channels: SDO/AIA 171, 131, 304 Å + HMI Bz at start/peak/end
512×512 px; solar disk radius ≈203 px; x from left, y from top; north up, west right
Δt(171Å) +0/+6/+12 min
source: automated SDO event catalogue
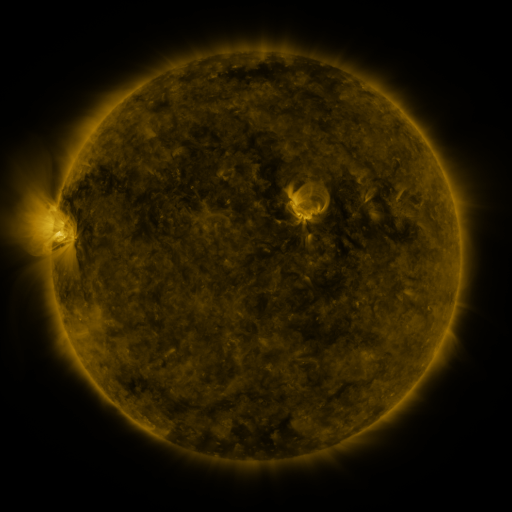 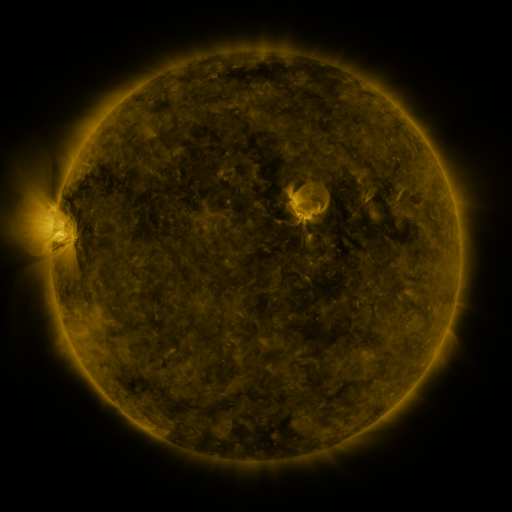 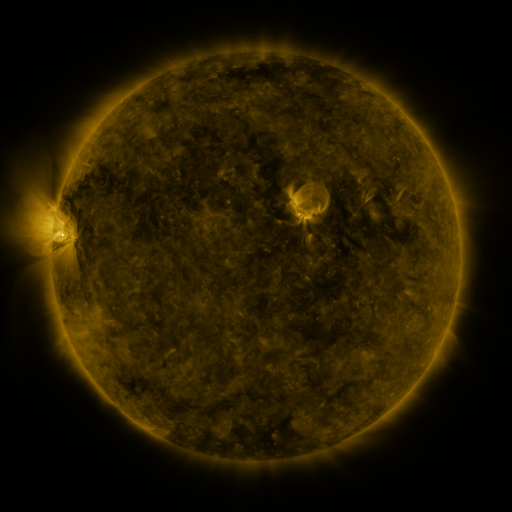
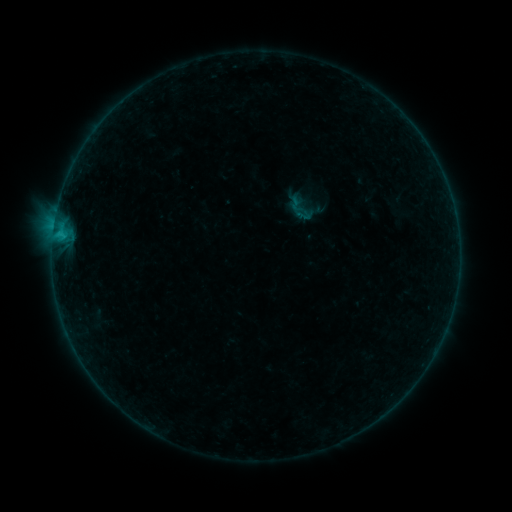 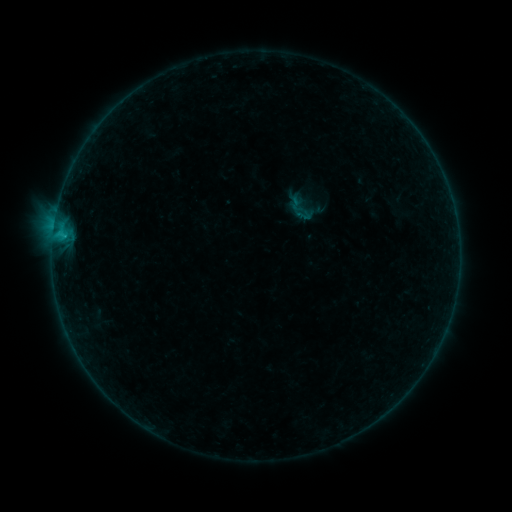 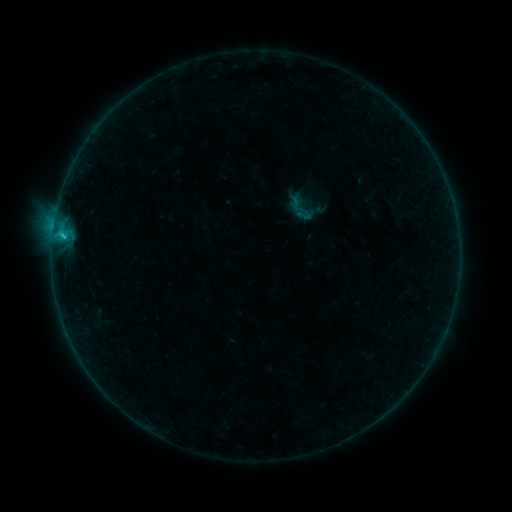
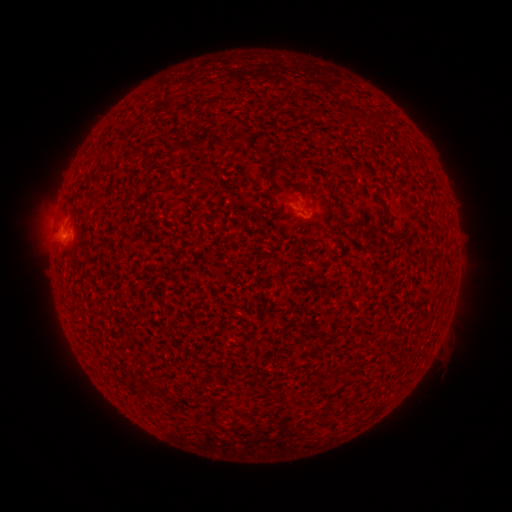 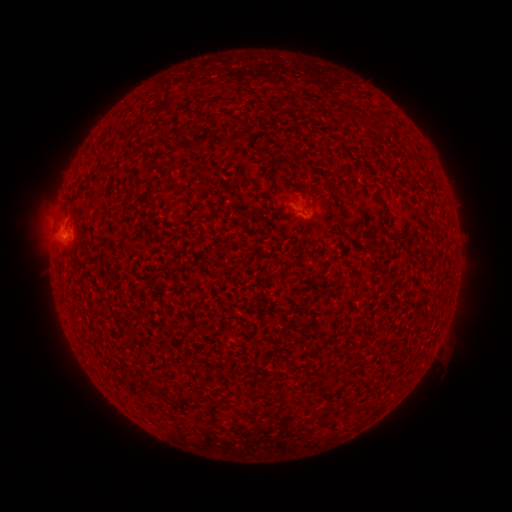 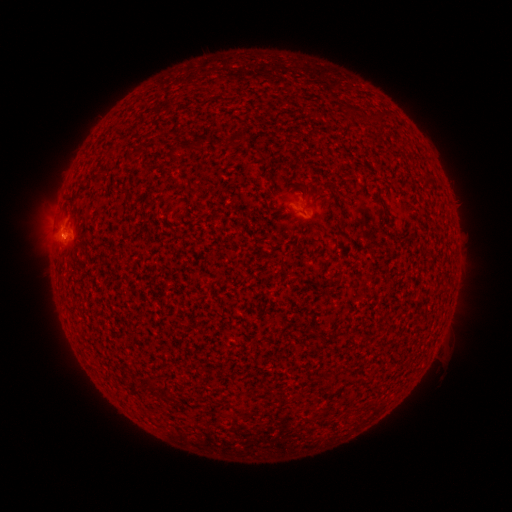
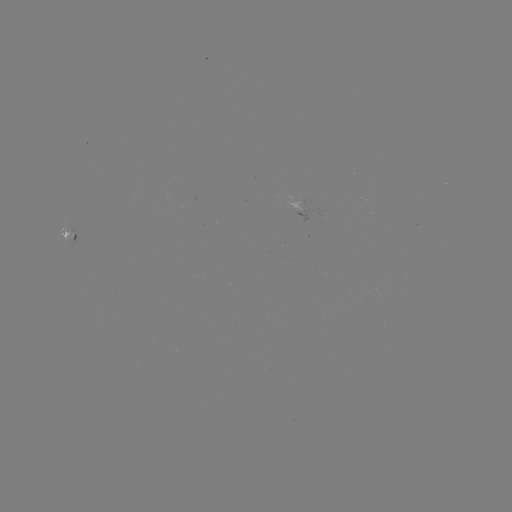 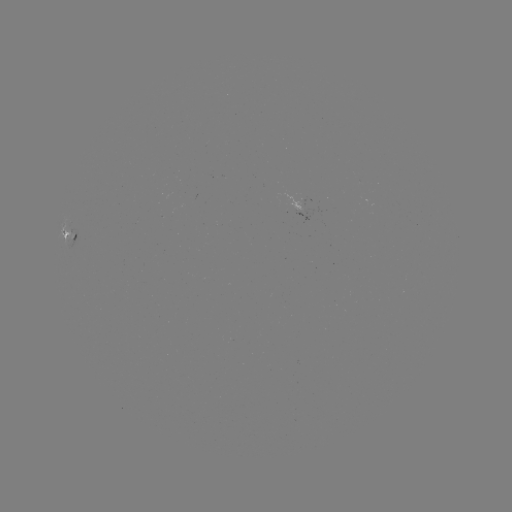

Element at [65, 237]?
B5.9 flare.